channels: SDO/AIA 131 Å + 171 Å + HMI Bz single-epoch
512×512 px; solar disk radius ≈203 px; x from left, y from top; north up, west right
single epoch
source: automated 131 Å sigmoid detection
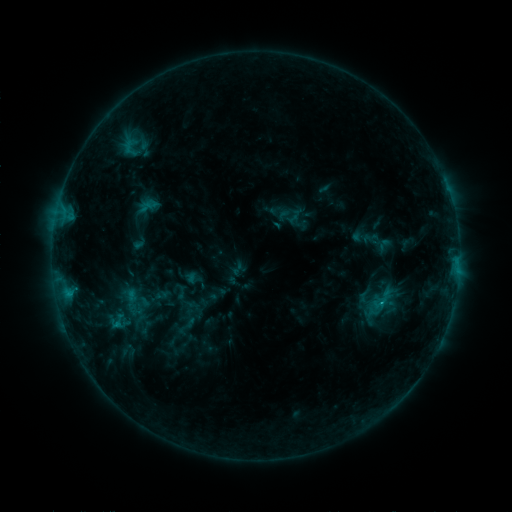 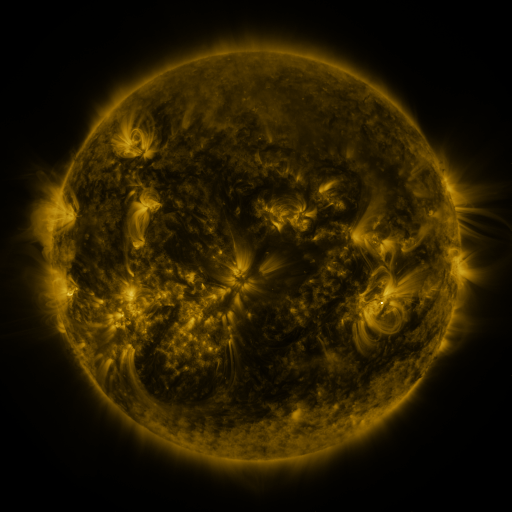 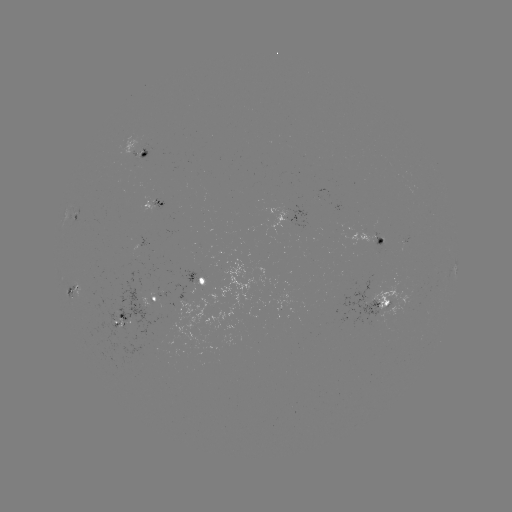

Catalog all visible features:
sigmoid: (278, 208, 298, 227)
sigmoid: (104, 312, 130, 330)
